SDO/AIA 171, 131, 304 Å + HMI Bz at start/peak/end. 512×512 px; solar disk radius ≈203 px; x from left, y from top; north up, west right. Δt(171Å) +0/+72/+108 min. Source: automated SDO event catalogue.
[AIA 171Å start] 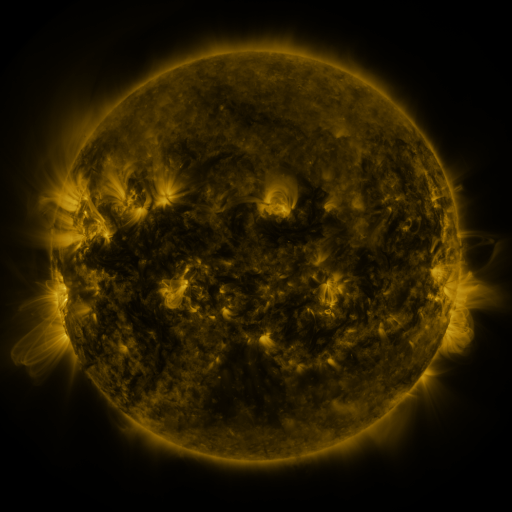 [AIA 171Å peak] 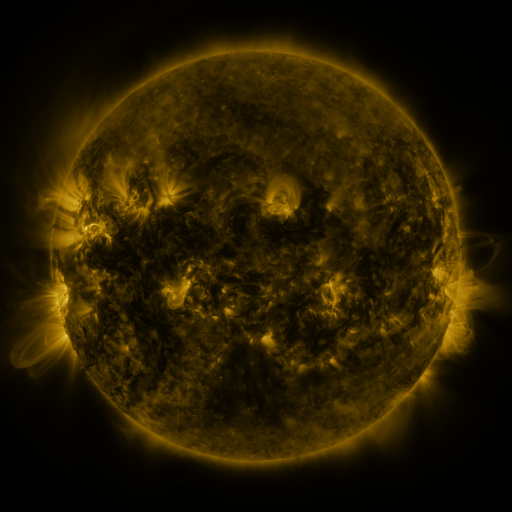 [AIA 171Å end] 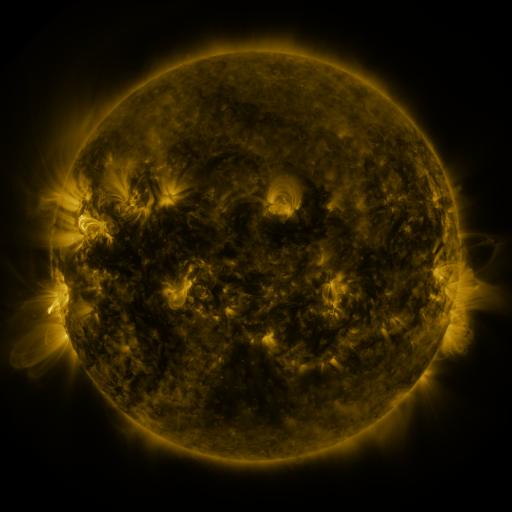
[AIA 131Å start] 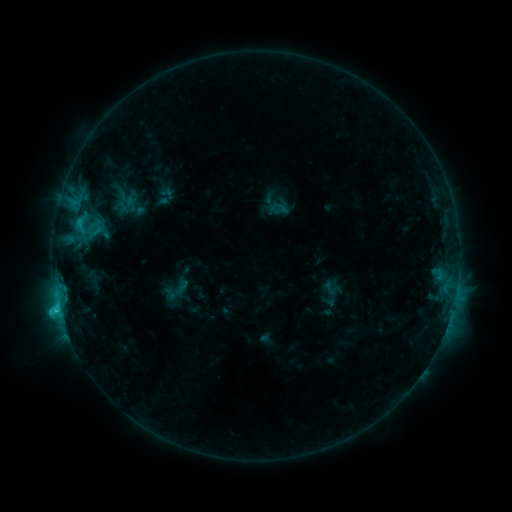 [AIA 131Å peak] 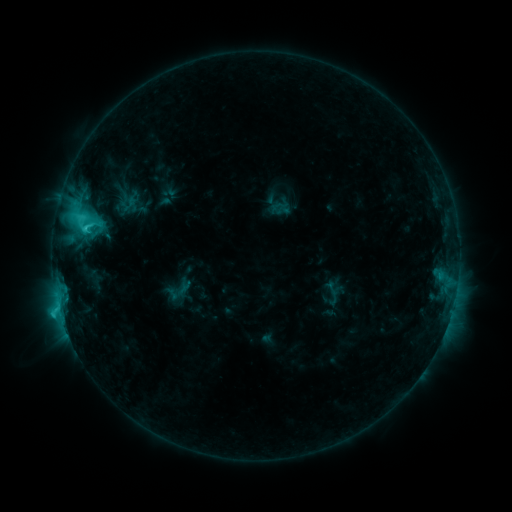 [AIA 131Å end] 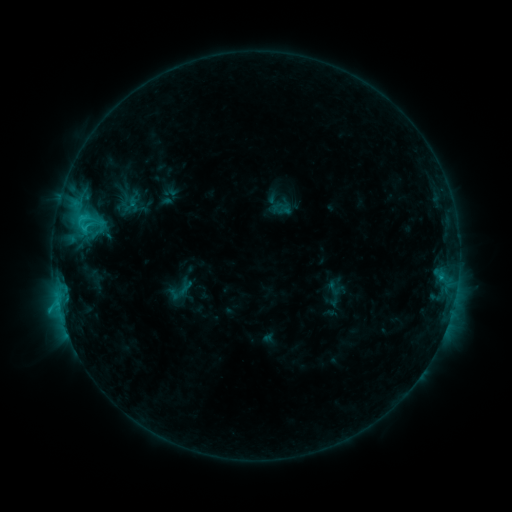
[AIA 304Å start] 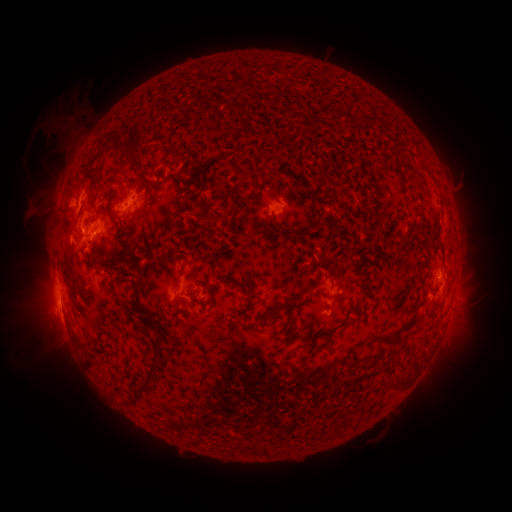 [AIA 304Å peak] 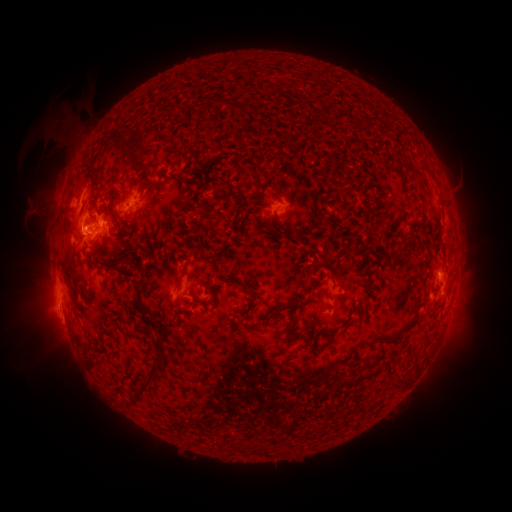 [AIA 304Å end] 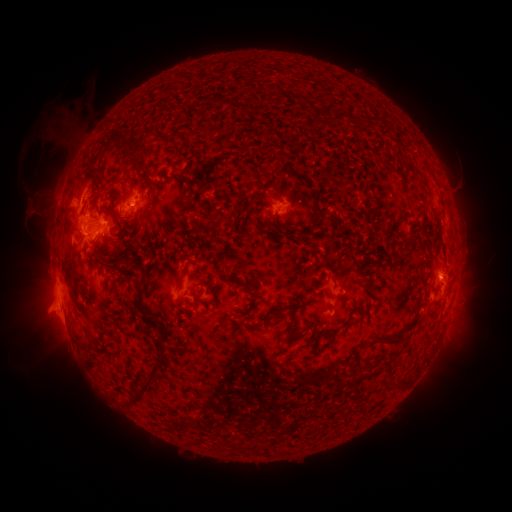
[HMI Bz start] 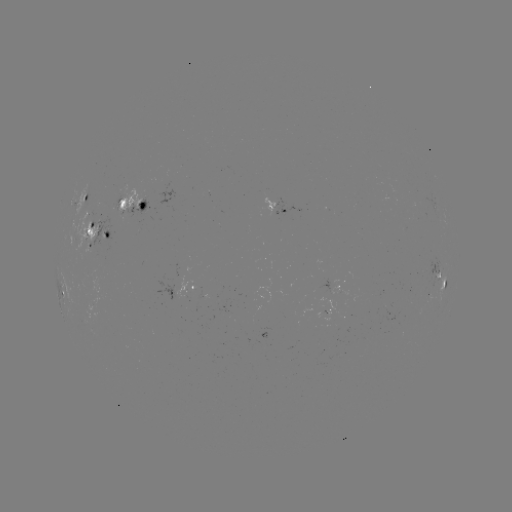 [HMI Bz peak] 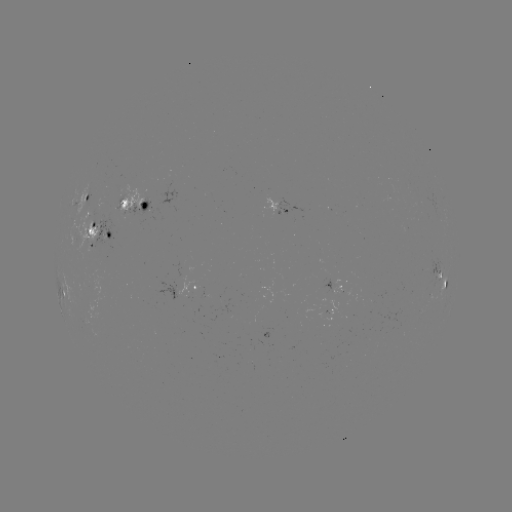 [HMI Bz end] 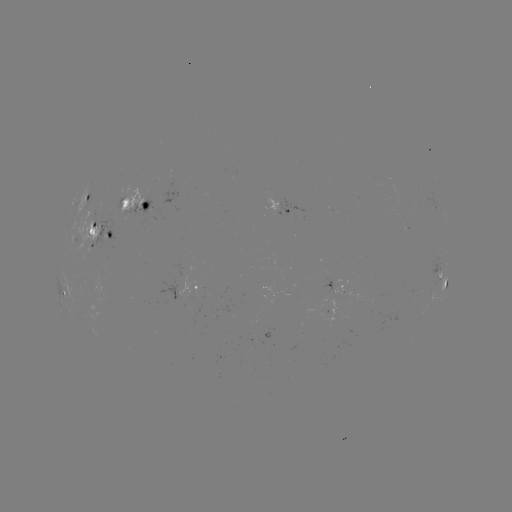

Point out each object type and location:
emerging-flux region: (98, 207)
